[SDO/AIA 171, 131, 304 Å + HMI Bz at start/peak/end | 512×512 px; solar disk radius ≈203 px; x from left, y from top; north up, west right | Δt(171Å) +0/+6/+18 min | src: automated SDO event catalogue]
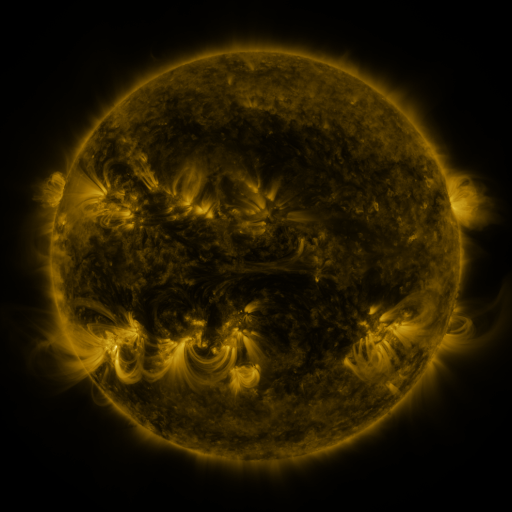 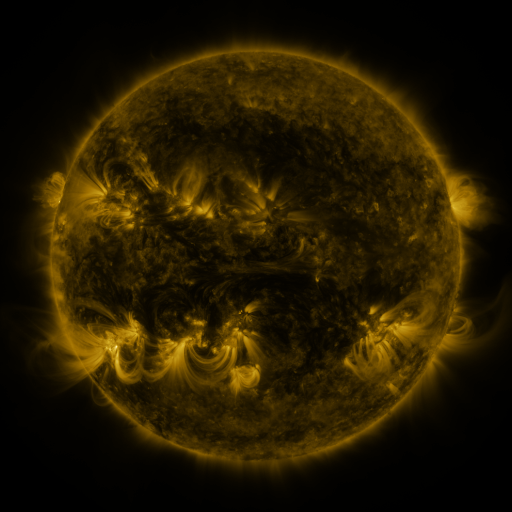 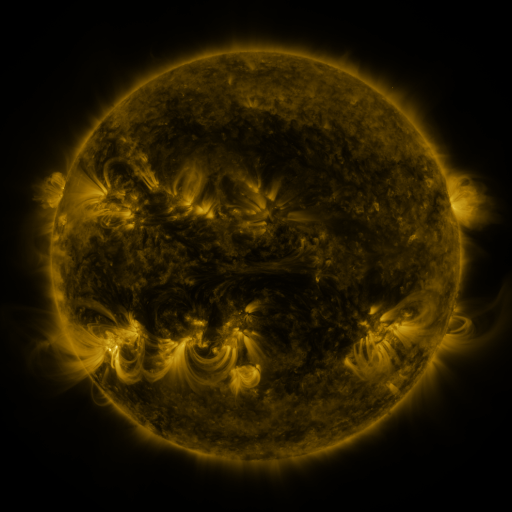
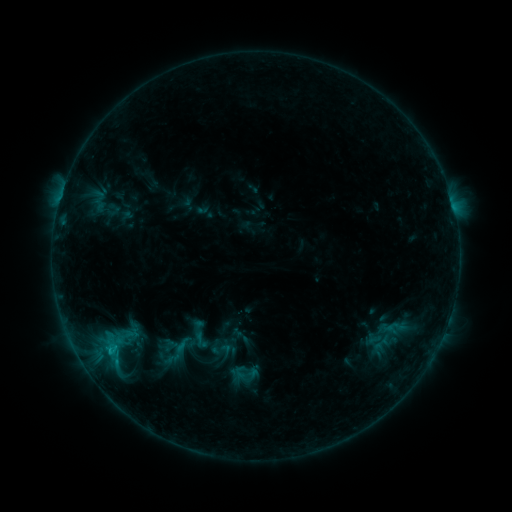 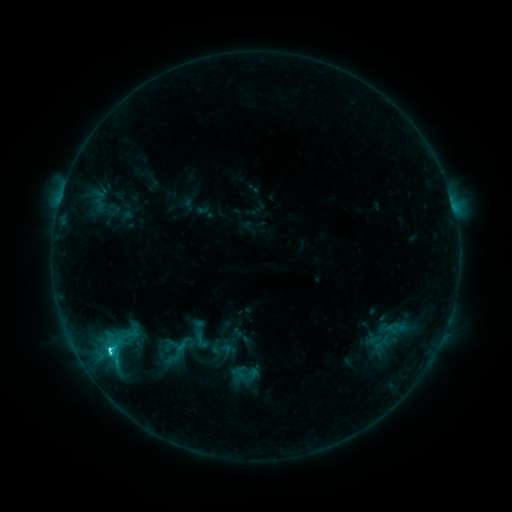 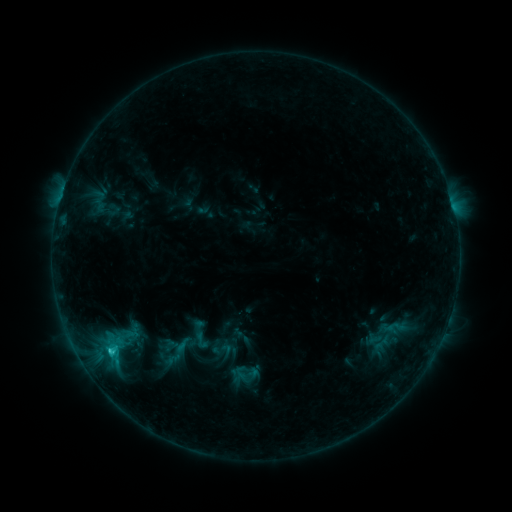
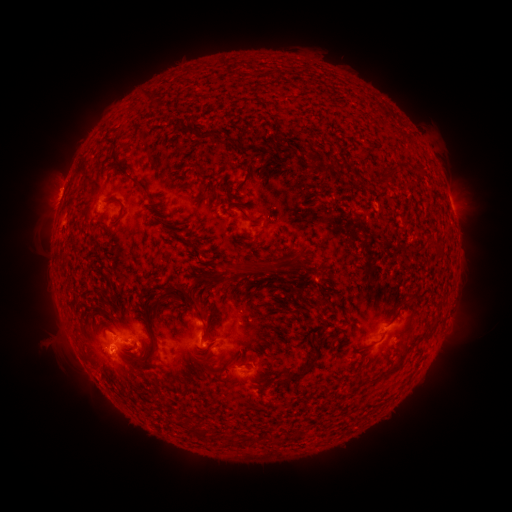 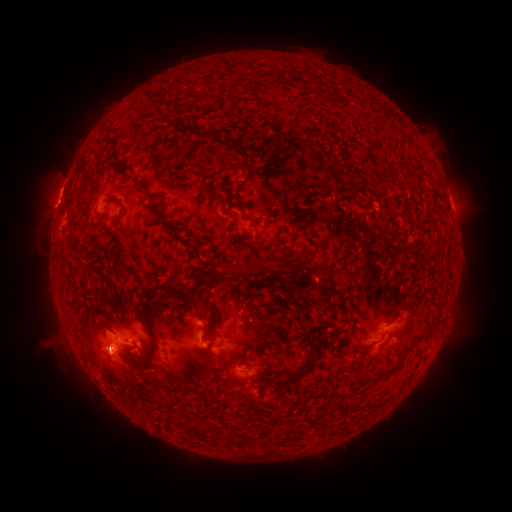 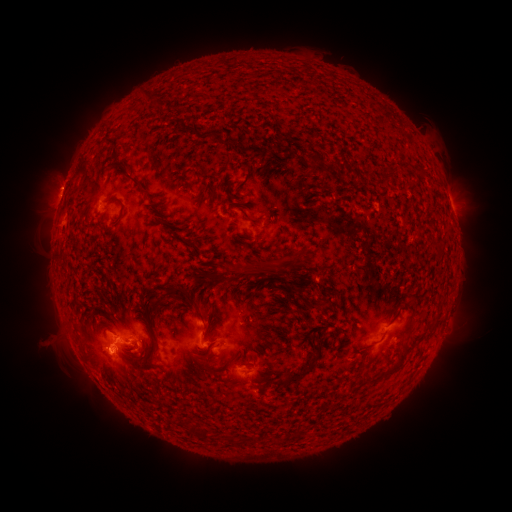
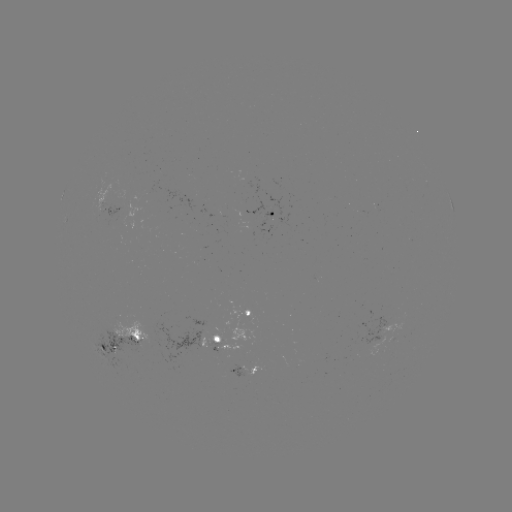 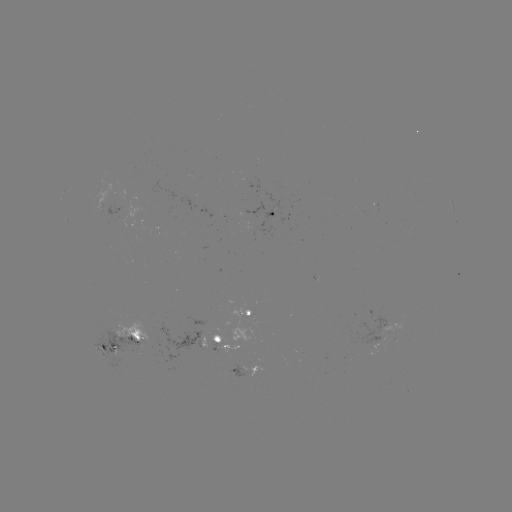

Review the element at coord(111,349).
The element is C2.3 flare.